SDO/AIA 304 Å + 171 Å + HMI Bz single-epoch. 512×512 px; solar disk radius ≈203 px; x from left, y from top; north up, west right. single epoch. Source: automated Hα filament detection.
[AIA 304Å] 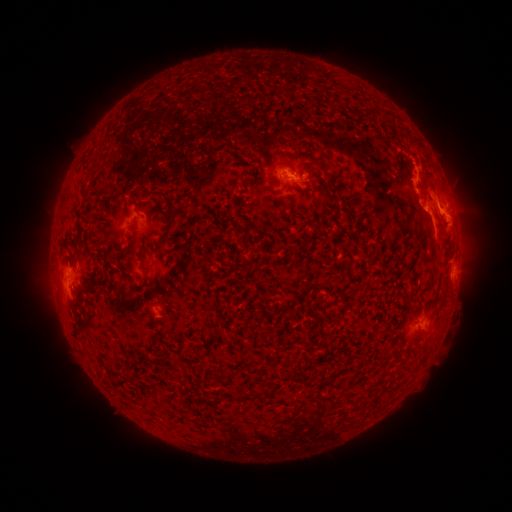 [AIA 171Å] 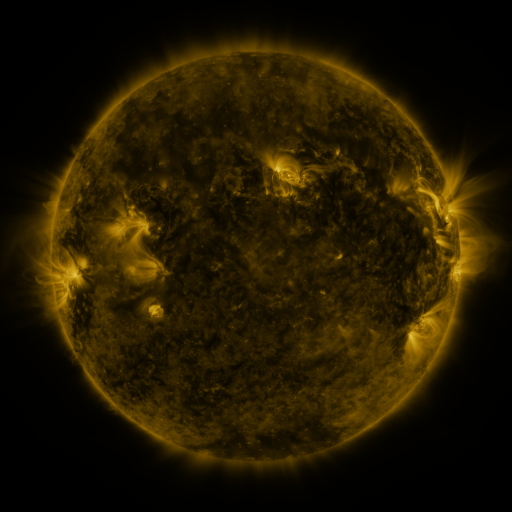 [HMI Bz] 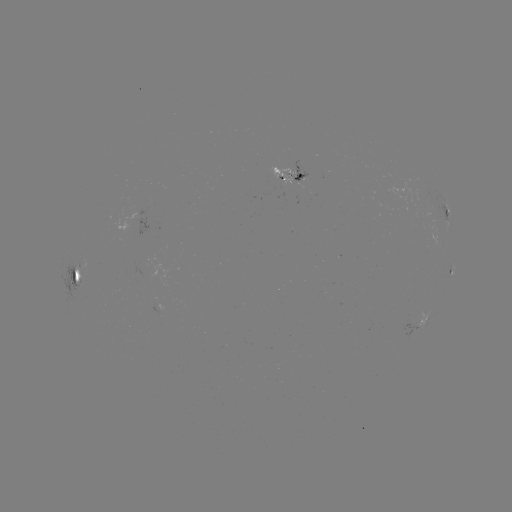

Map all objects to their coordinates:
filament: (148, 189, 175, 239)
filament: (119, 266, 128, 277)
filament: (76, 290, 83, 303)
filament: (402, 291, 412, 306)
filament: (214, 369, 228, 380)
filament: (260, 379, 274, 394)
filament: (238, 390, 249, 399)
